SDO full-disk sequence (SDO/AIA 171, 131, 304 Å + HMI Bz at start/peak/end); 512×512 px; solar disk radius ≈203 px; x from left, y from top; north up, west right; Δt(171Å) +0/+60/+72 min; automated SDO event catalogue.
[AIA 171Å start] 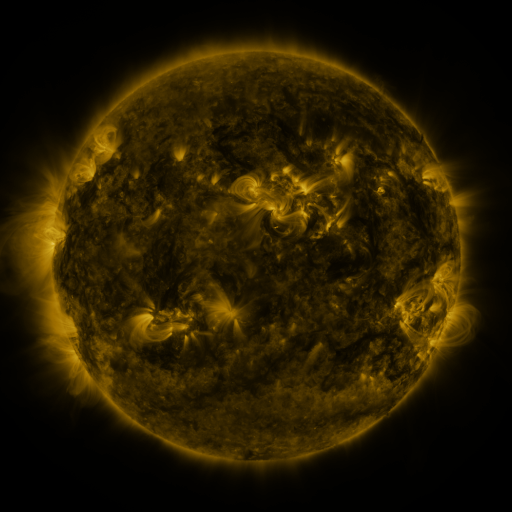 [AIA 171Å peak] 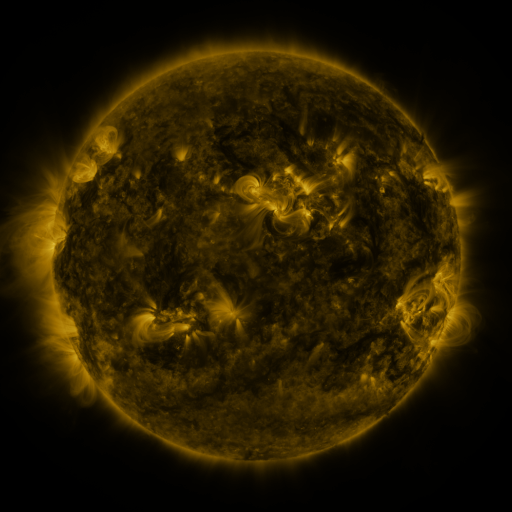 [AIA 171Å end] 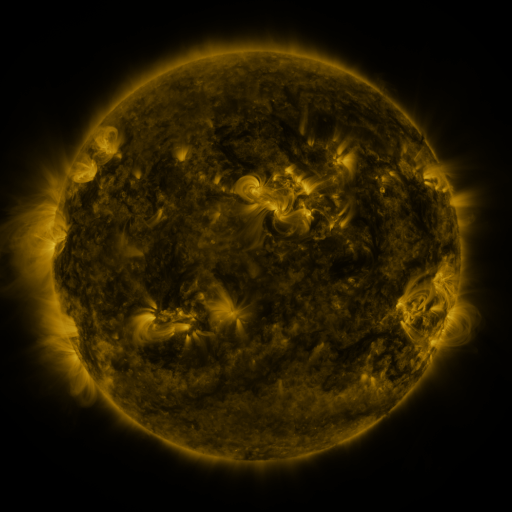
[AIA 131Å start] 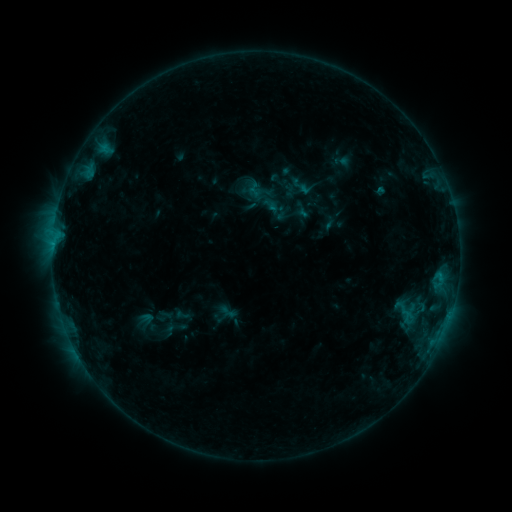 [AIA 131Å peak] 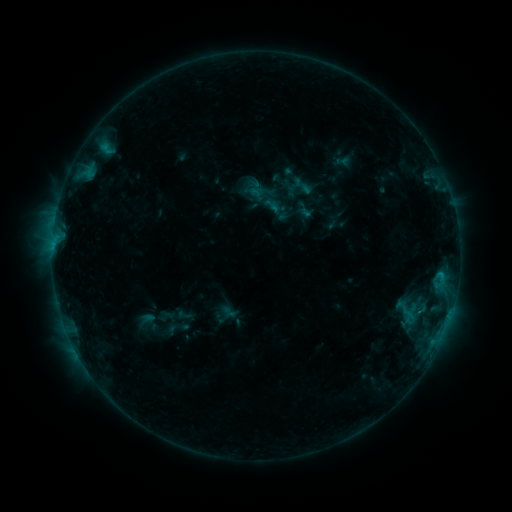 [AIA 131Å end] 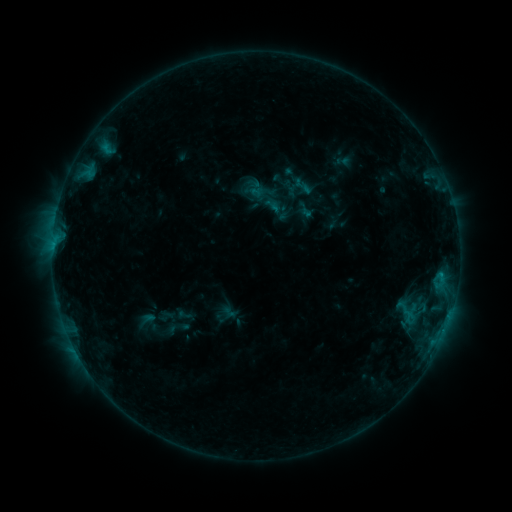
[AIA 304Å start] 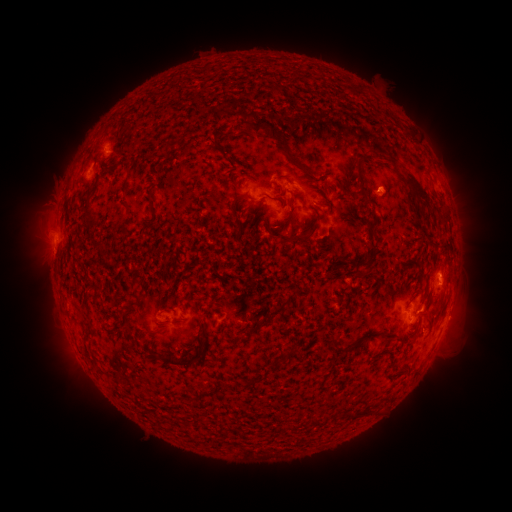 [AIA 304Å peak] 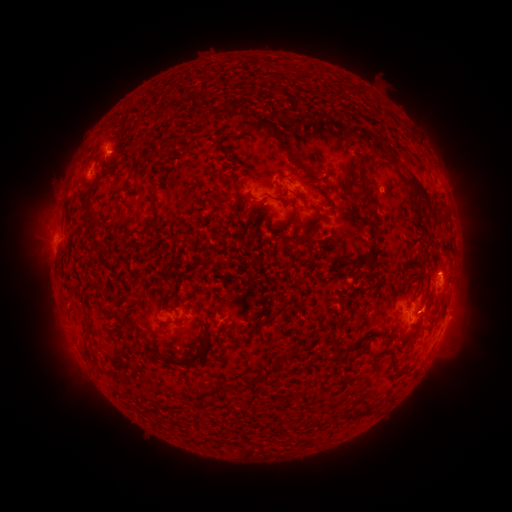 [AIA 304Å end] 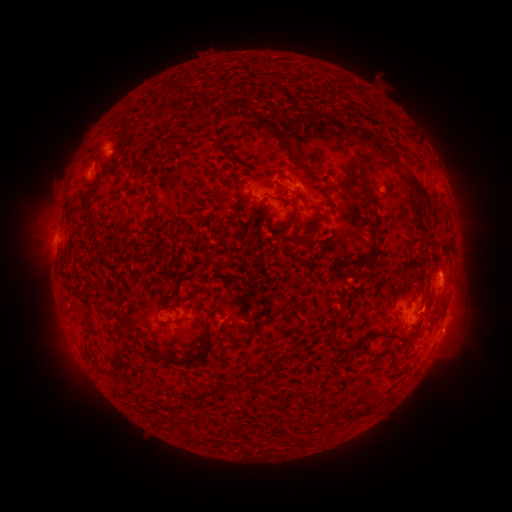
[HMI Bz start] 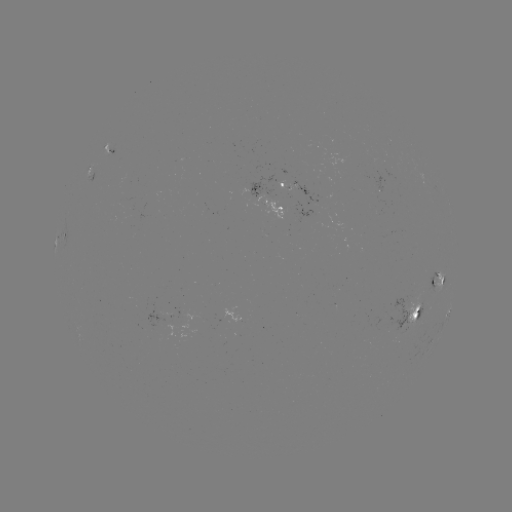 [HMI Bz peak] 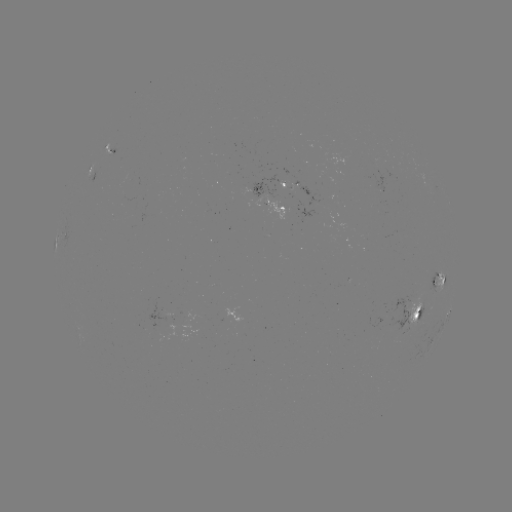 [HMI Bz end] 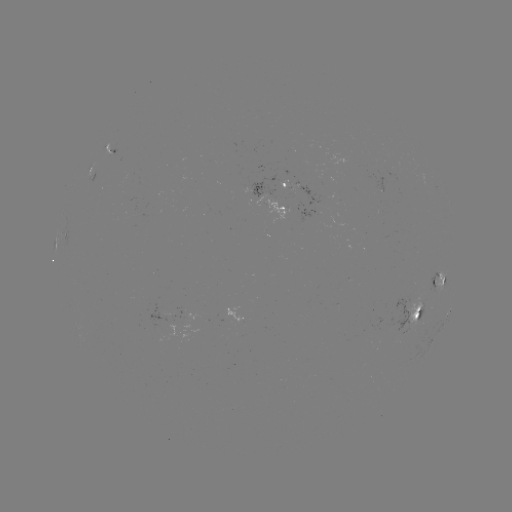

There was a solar emerging-flux region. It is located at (280, 183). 